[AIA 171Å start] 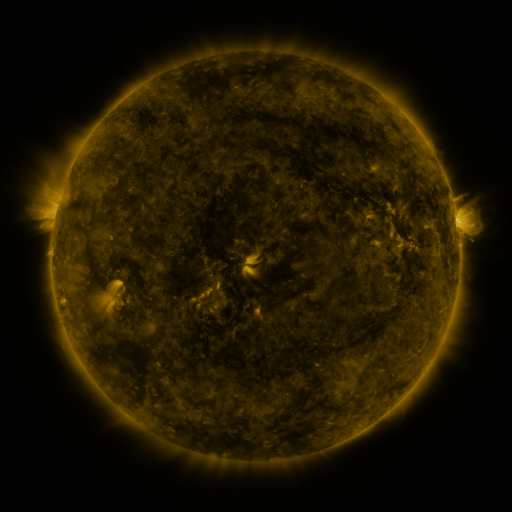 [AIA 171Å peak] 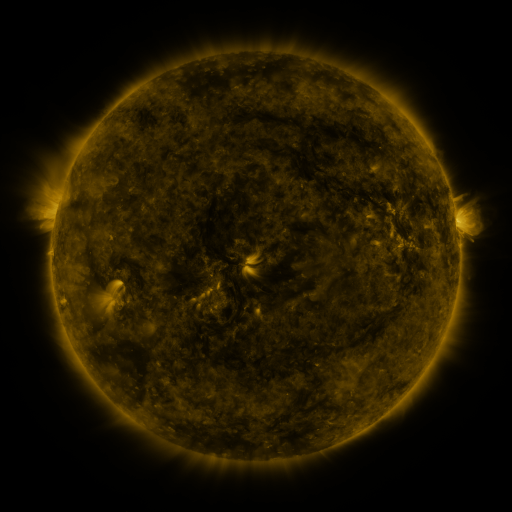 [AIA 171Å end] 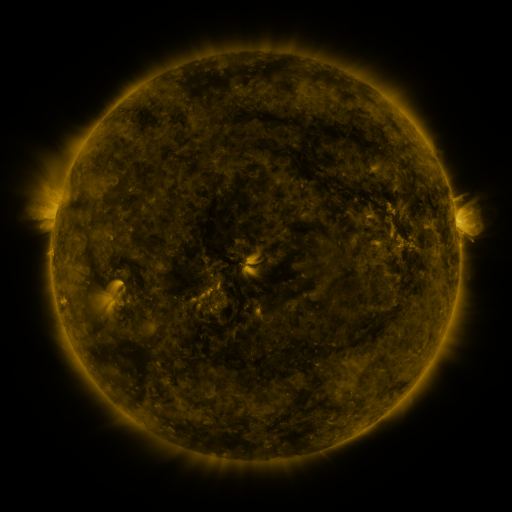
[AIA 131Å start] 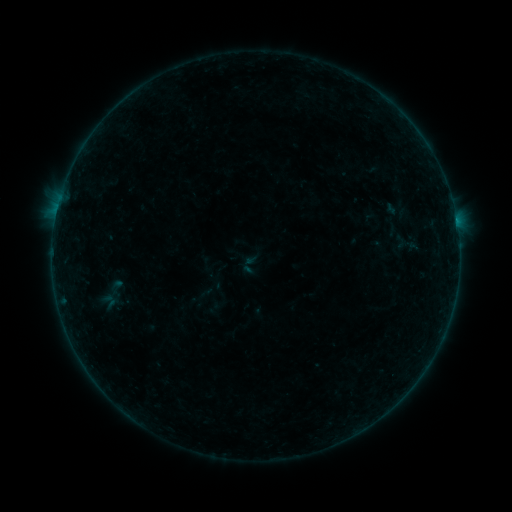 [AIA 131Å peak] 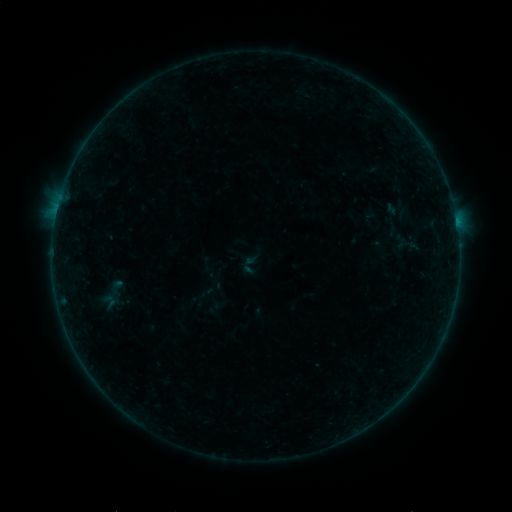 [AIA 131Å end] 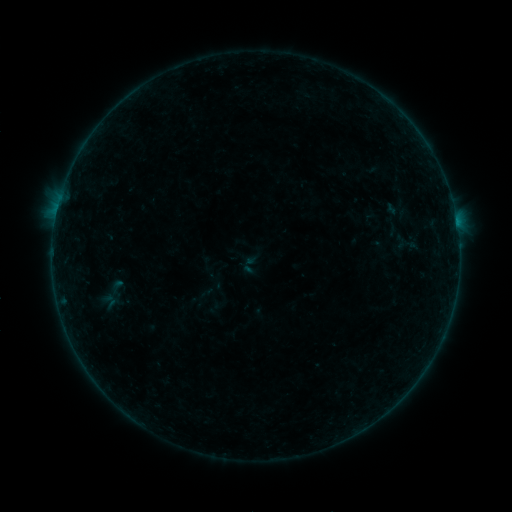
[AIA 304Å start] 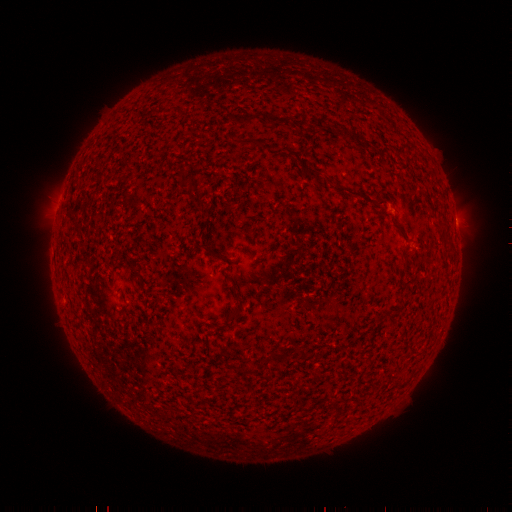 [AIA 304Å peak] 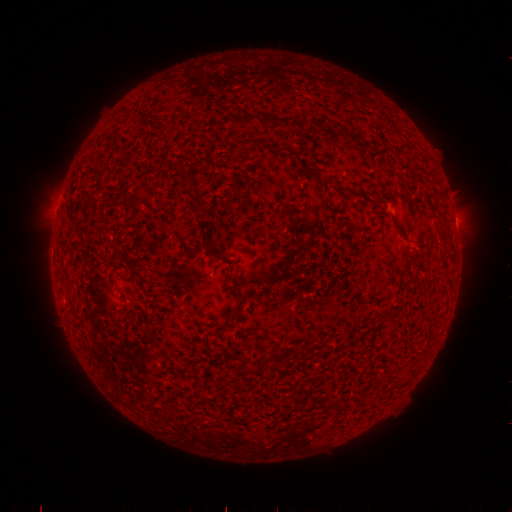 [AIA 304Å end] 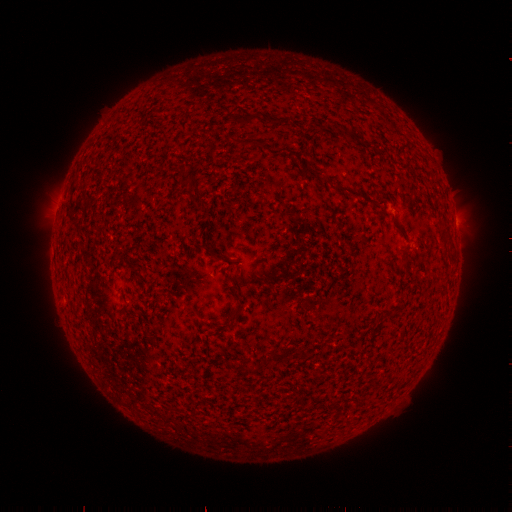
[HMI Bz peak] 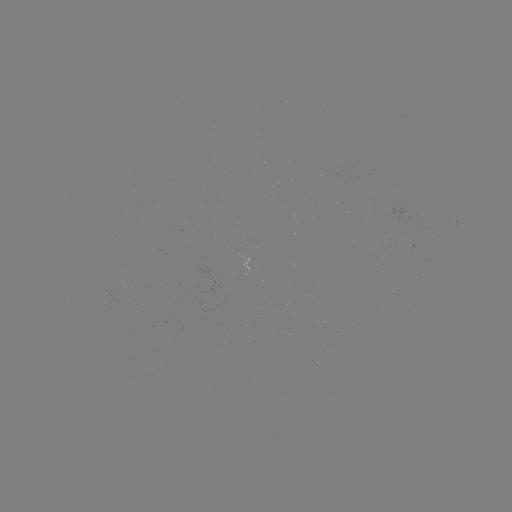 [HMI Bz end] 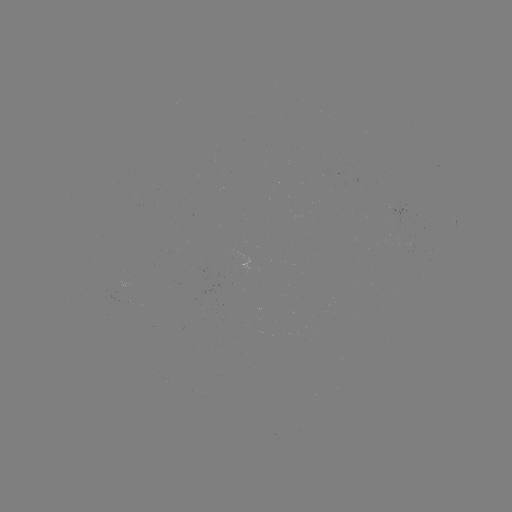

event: flare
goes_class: B1.3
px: (457, 227)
